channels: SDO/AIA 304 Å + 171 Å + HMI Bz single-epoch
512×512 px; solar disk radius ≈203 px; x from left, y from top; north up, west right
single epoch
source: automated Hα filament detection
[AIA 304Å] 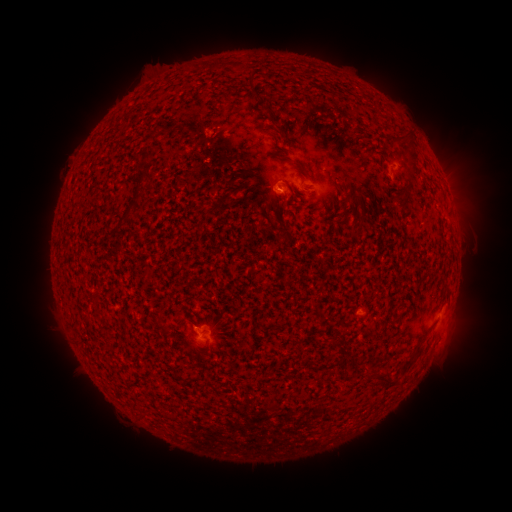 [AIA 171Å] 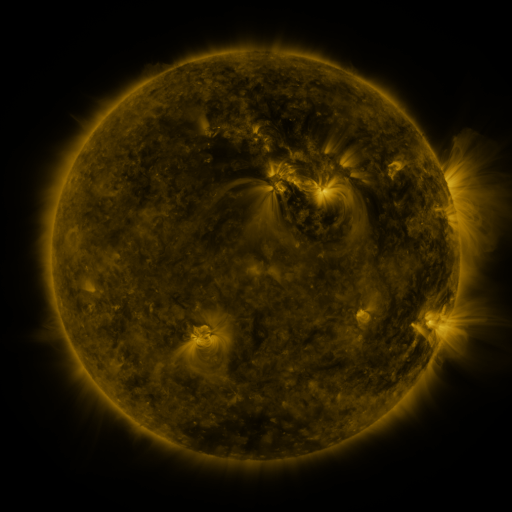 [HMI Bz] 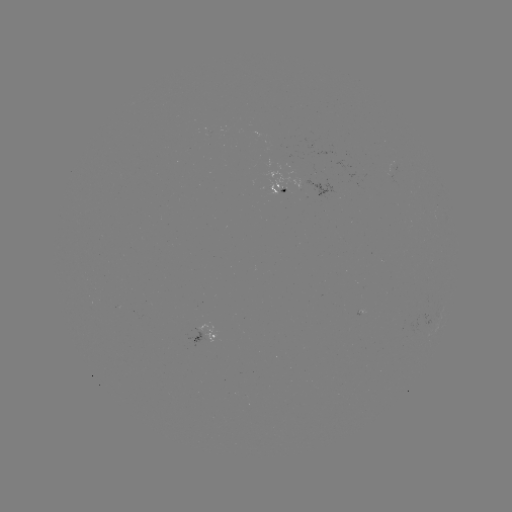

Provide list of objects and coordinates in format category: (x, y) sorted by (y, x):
filament: (215, 65)
filament: (254, 97)
filament: (402, 139)
filament: (284, 160)
filament: (411, 165)
filament: (139, 178)
filament: (402, 206)
filament: (360, 219)
filament: (283, 238)
filament: (411, 360)
filament: (353, 363)
filament: (384, 379)
